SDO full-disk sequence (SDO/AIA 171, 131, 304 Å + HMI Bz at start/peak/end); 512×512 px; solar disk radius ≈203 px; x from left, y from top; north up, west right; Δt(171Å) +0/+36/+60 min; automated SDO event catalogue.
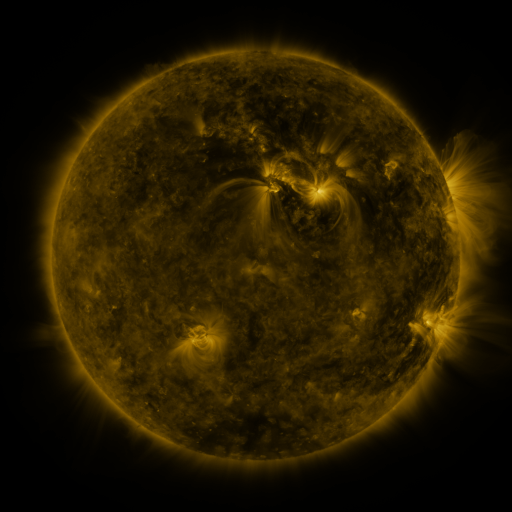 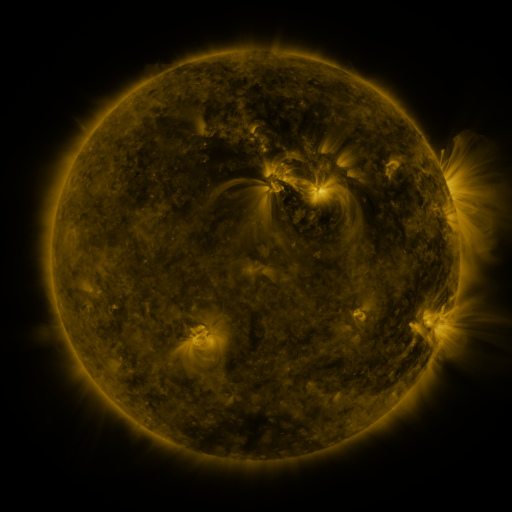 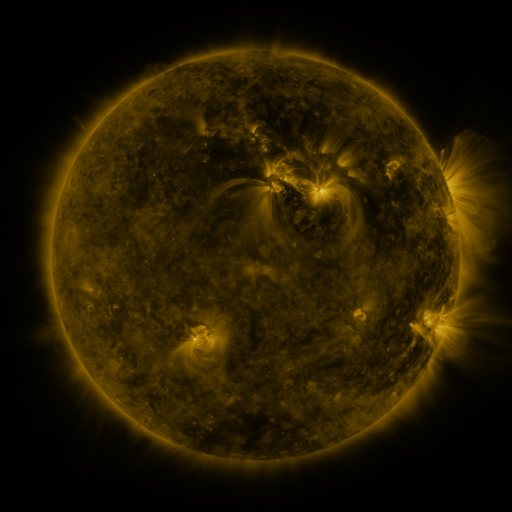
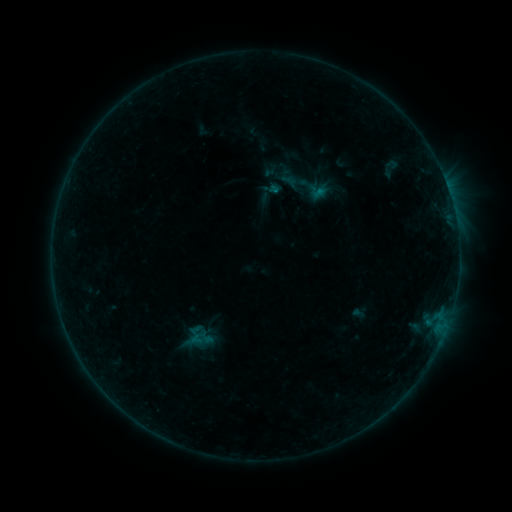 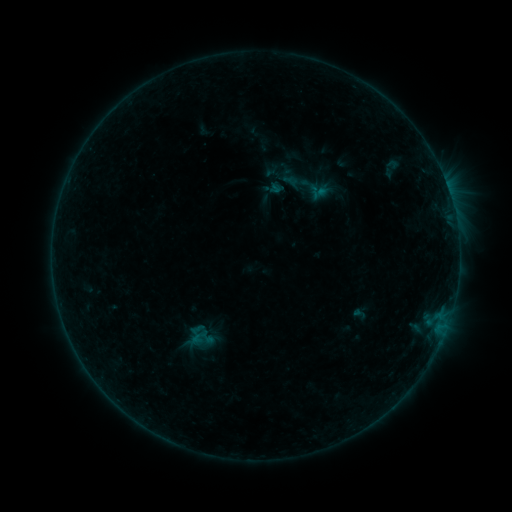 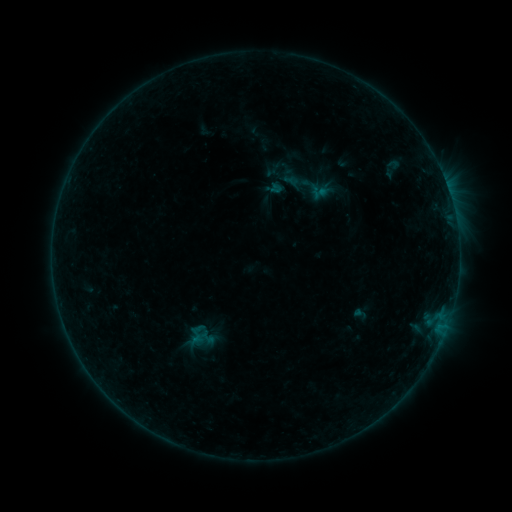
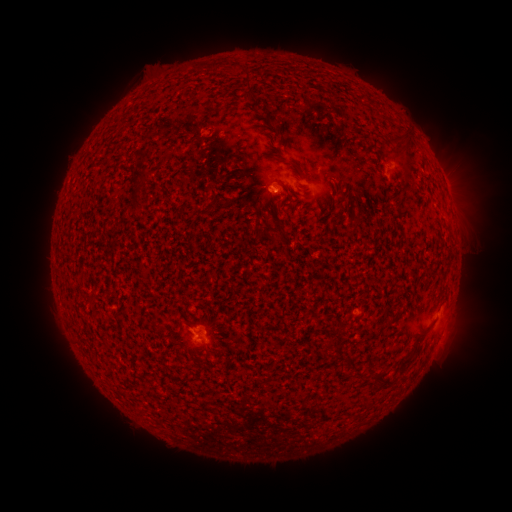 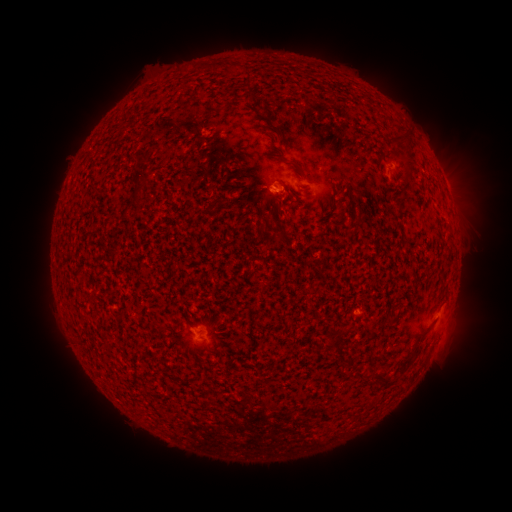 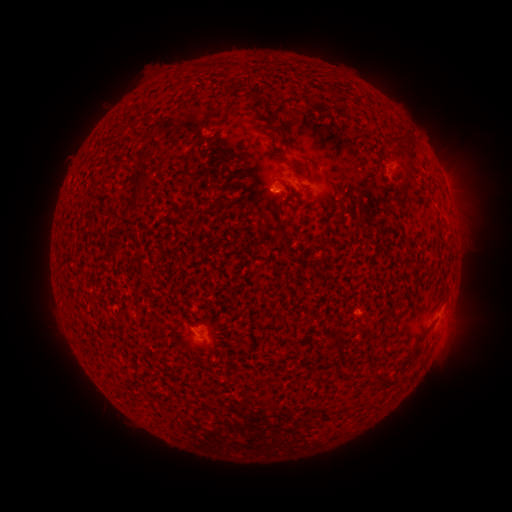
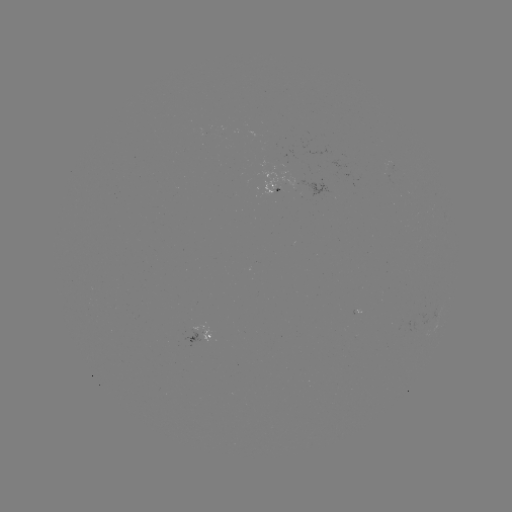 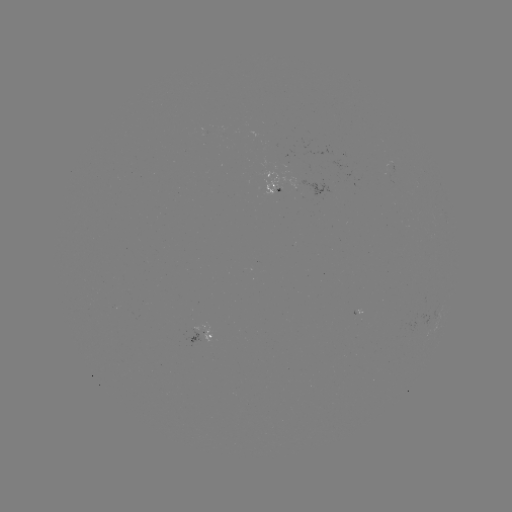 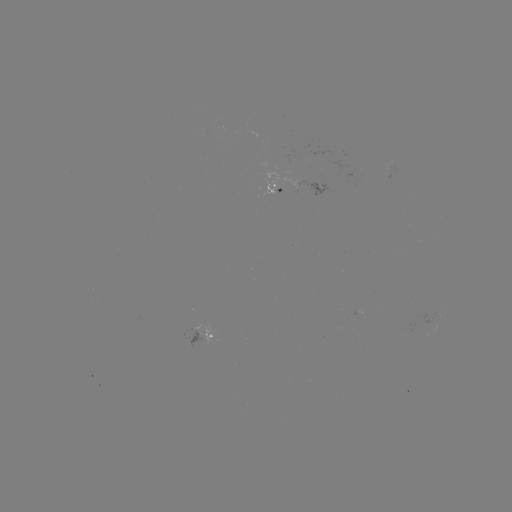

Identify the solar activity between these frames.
emerging-flux region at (390, 165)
